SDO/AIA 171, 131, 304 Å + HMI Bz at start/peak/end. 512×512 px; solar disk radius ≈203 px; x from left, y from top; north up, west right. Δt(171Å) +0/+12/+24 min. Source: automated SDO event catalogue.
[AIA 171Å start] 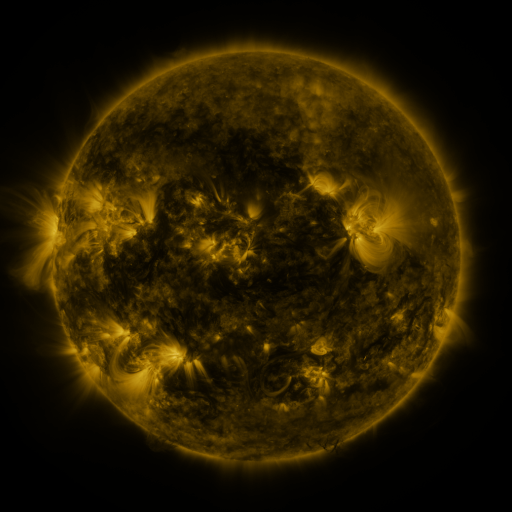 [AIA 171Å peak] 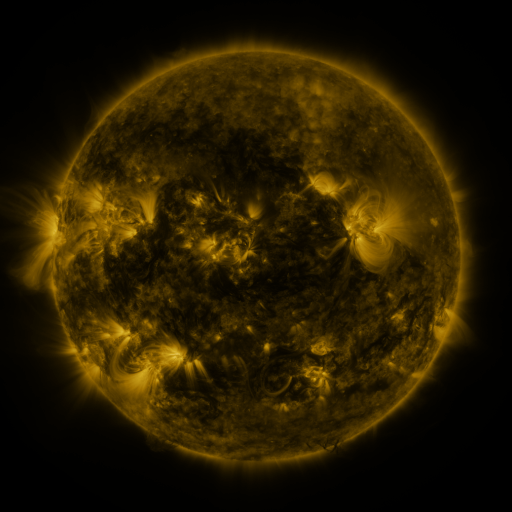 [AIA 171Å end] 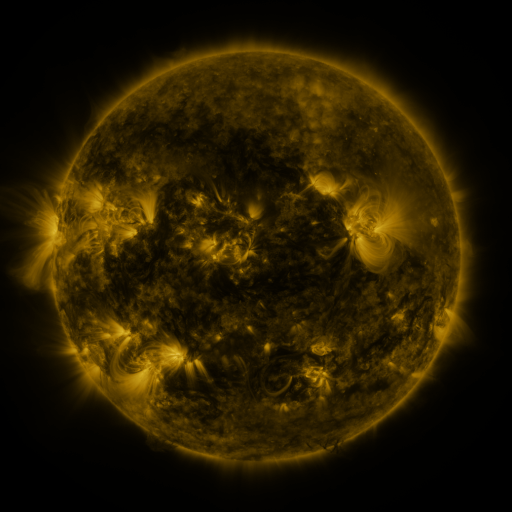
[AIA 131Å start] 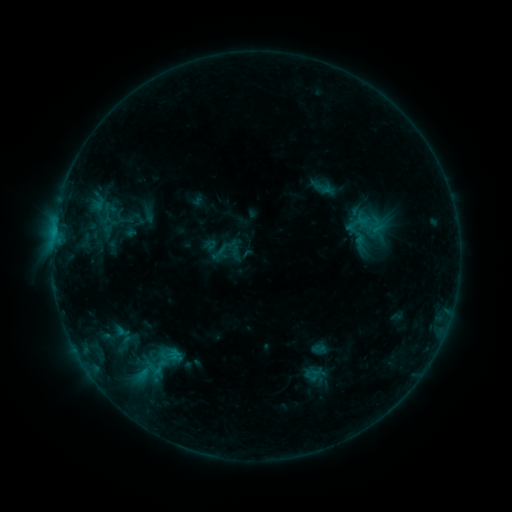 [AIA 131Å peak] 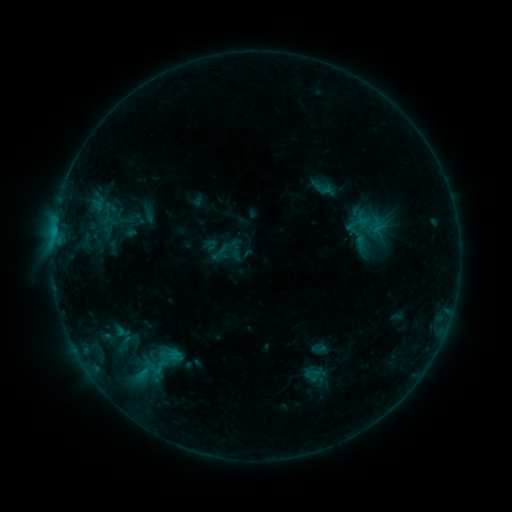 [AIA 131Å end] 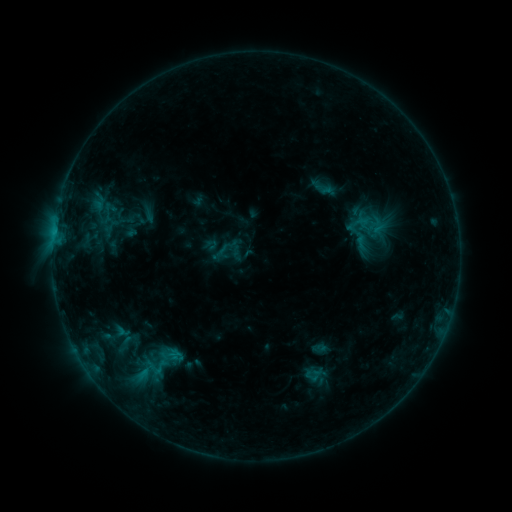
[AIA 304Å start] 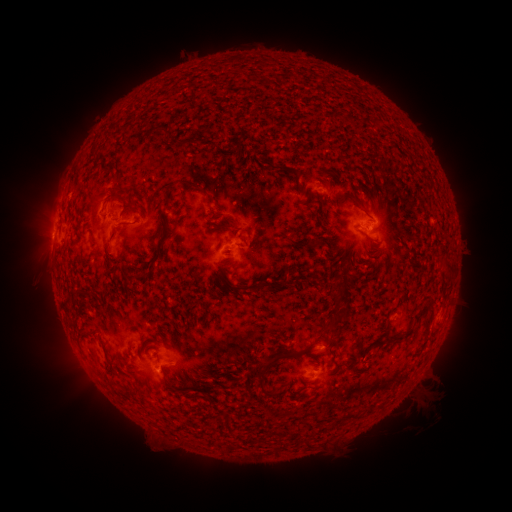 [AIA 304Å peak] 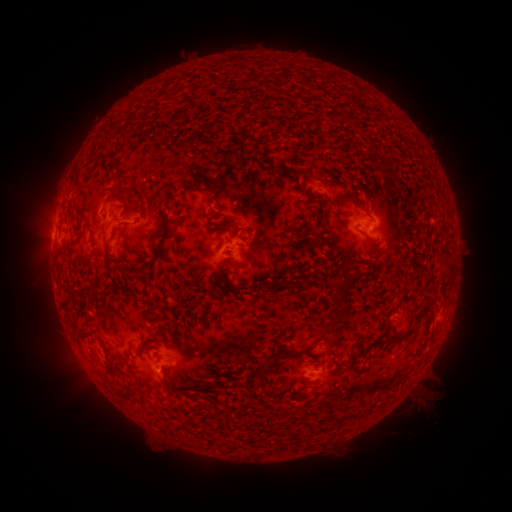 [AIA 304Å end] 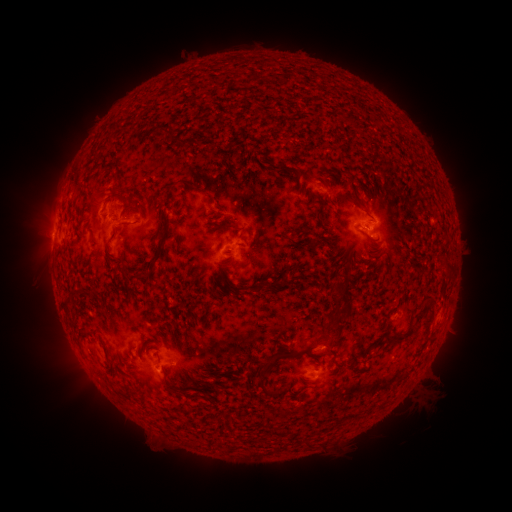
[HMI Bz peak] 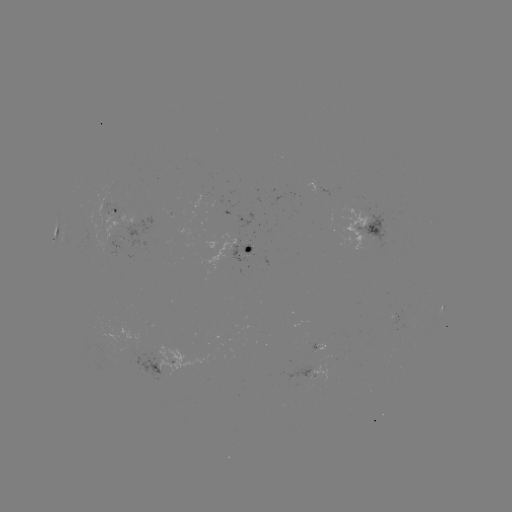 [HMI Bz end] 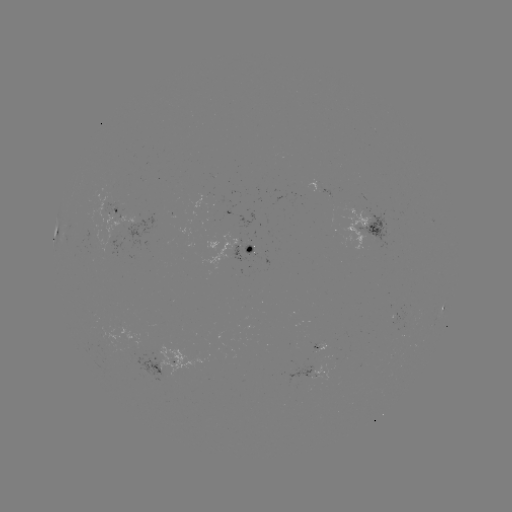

nothing was catalogued: no classed flare, no EUV trigger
